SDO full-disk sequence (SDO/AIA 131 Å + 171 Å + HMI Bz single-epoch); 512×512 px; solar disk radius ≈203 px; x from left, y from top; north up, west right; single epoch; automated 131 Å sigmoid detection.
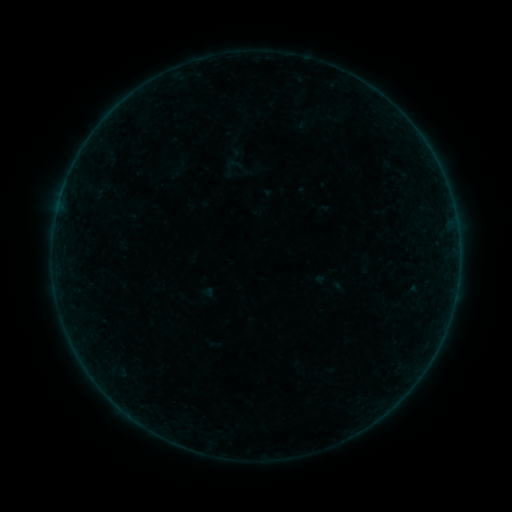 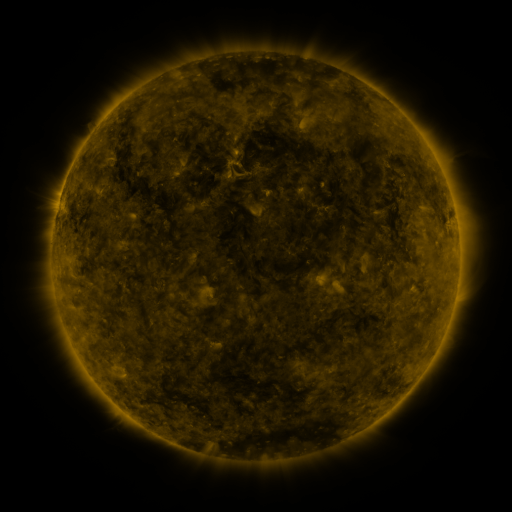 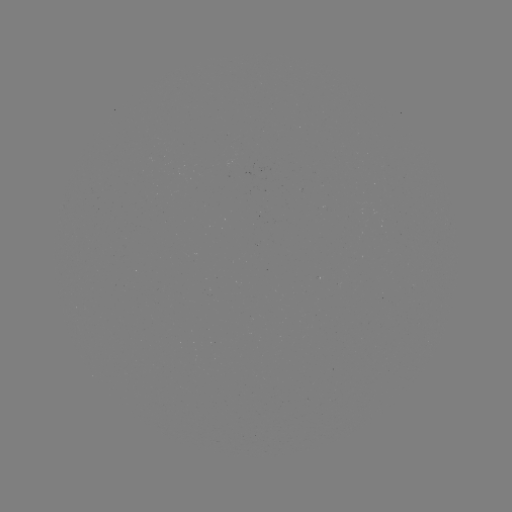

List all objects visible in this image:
sigmoid: (235, 164)
